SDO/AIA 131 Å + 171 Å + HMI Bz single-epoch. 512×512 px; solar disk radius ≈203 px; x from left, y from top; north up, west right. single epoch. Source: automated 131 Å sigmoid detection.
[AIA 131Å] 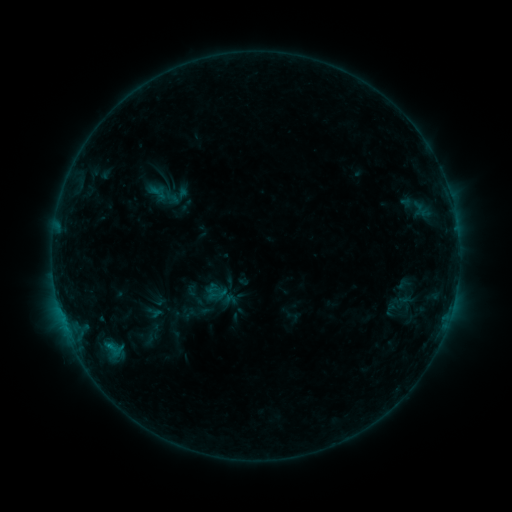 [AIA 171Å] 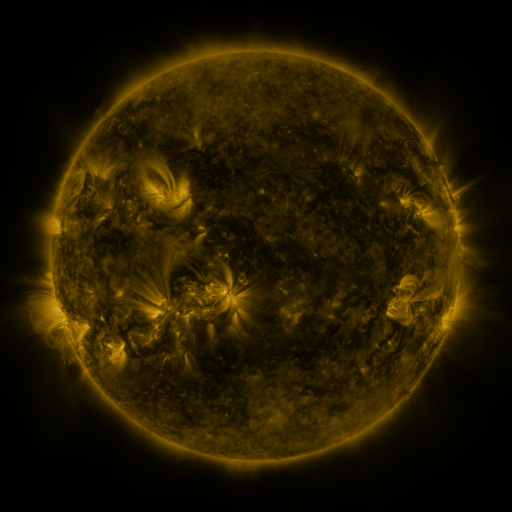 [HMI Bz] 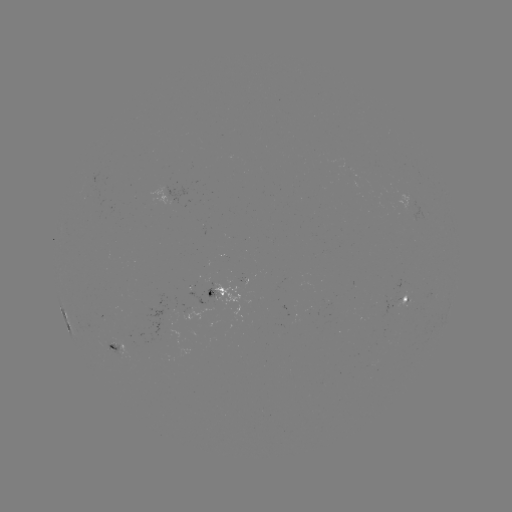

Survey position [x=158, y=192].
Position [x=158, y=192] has sigmoid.